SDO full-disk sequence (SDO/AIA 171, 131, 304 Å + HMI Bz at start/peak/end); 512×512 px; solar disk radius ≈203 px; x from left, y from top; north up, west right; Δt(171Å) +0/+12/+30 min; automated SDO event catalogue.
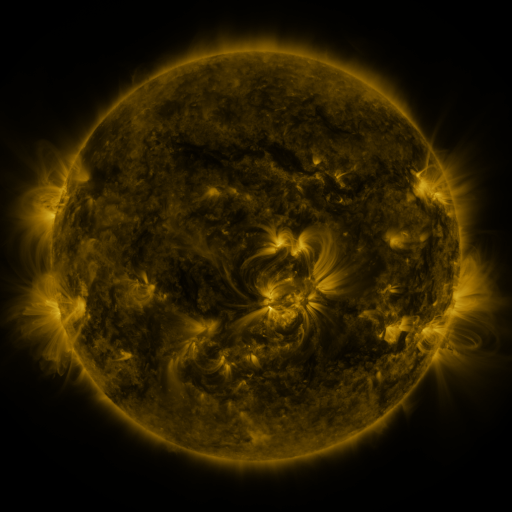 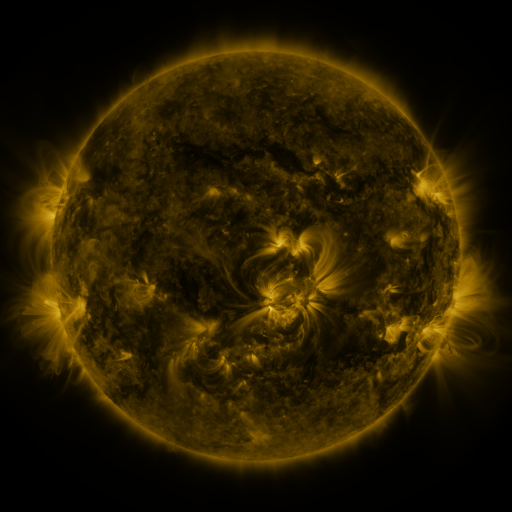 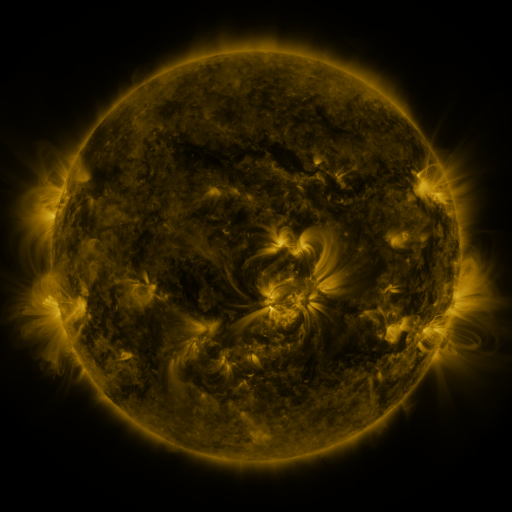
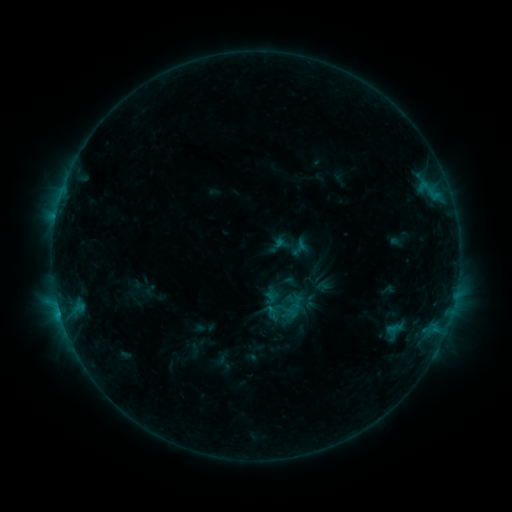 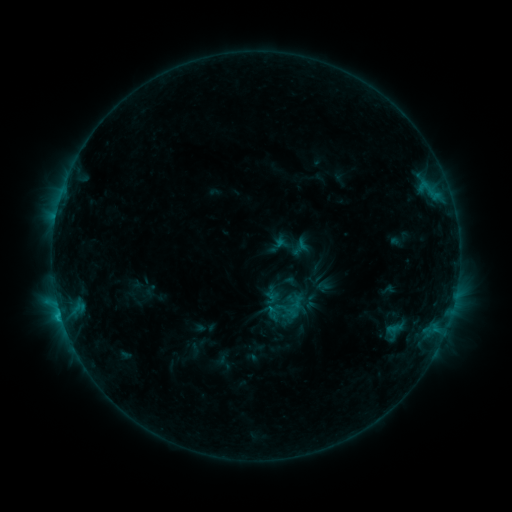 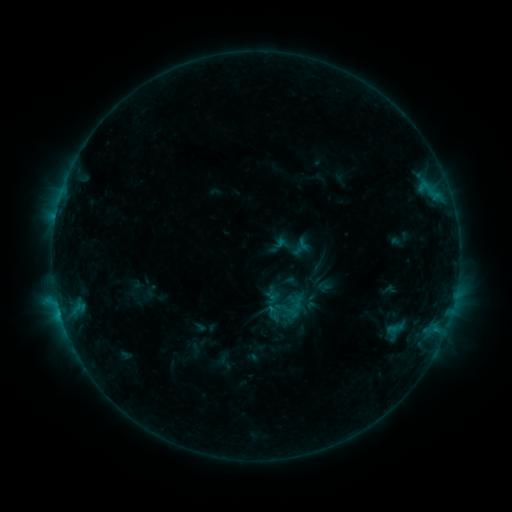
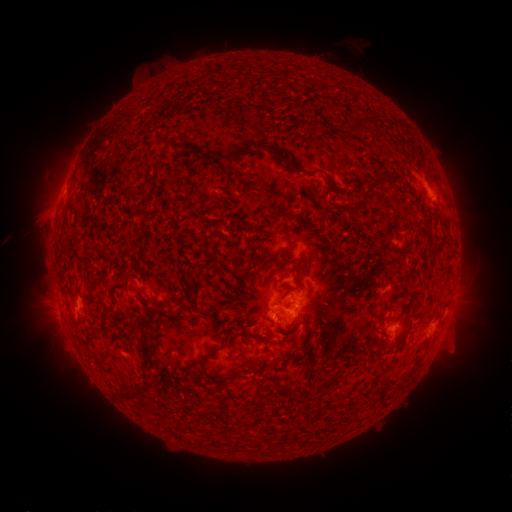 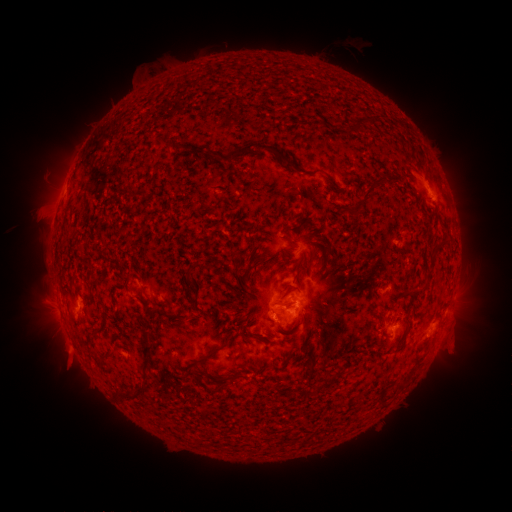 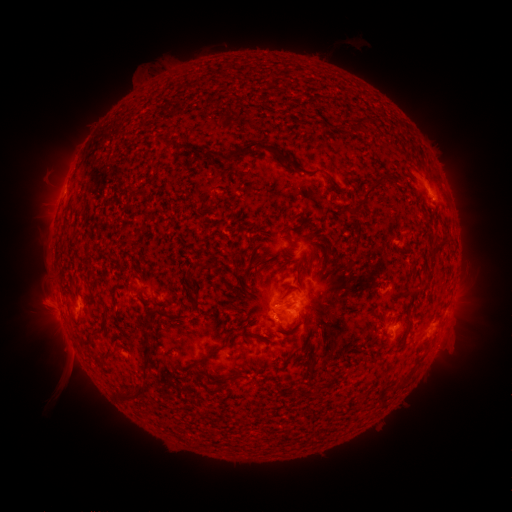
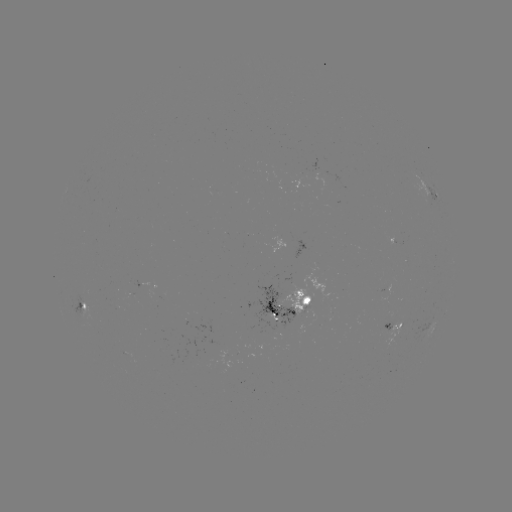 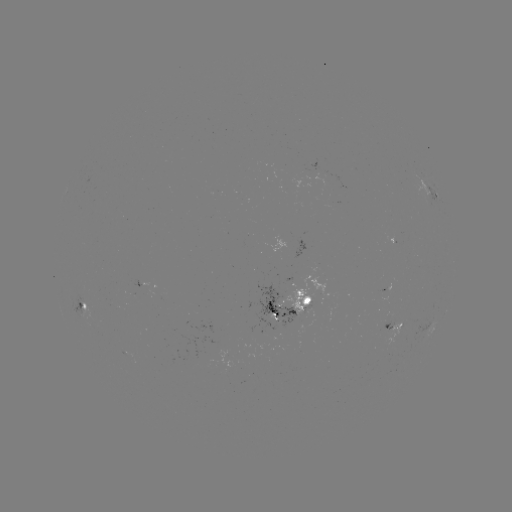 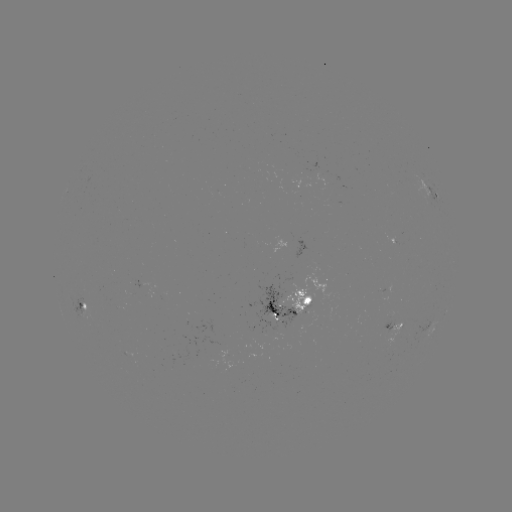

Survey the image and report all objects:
C1.2 flare: (61, 315)
